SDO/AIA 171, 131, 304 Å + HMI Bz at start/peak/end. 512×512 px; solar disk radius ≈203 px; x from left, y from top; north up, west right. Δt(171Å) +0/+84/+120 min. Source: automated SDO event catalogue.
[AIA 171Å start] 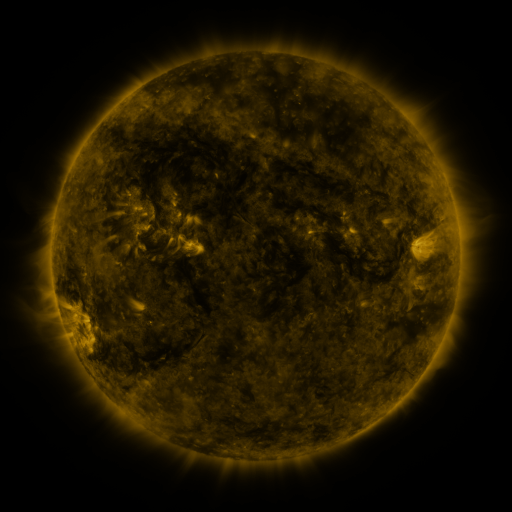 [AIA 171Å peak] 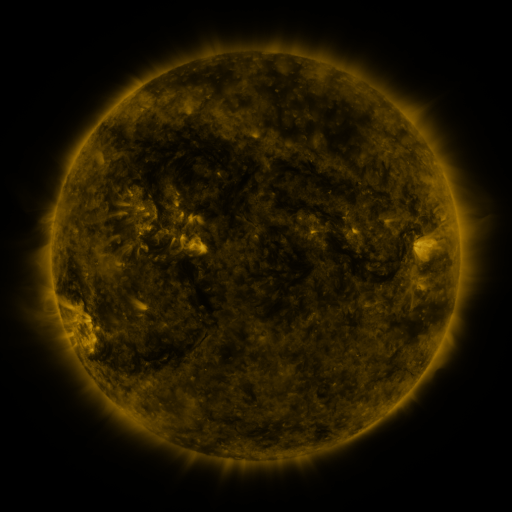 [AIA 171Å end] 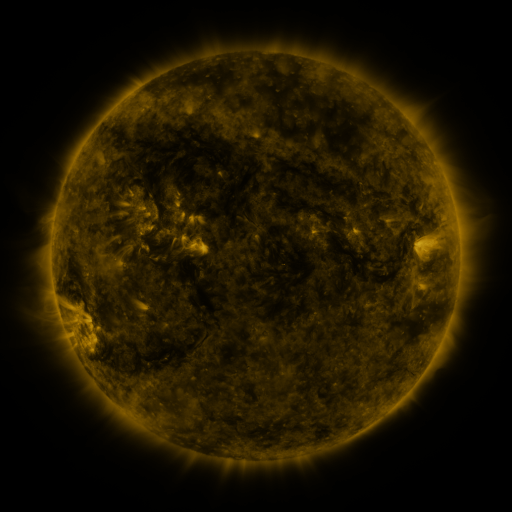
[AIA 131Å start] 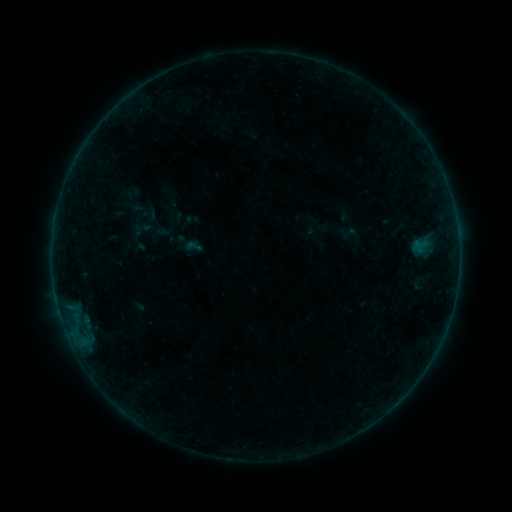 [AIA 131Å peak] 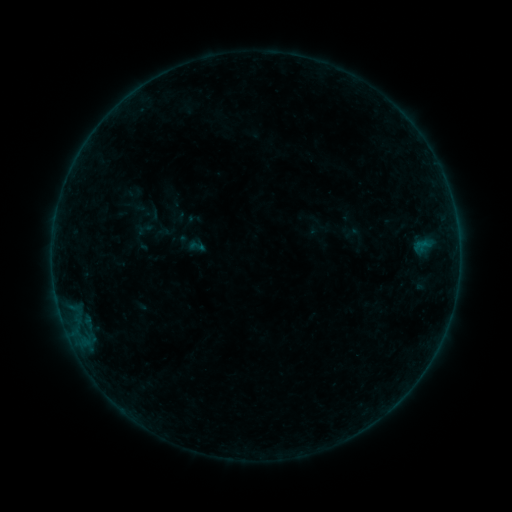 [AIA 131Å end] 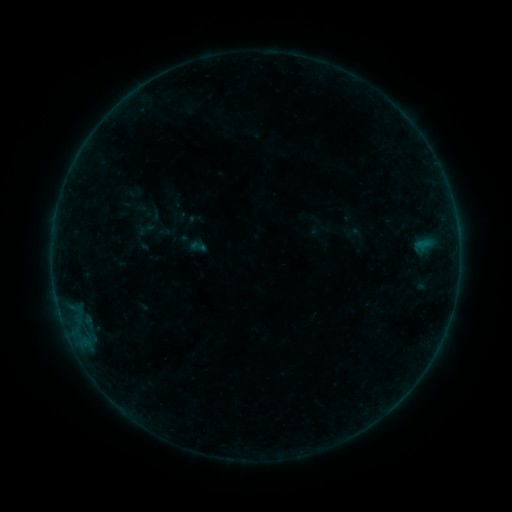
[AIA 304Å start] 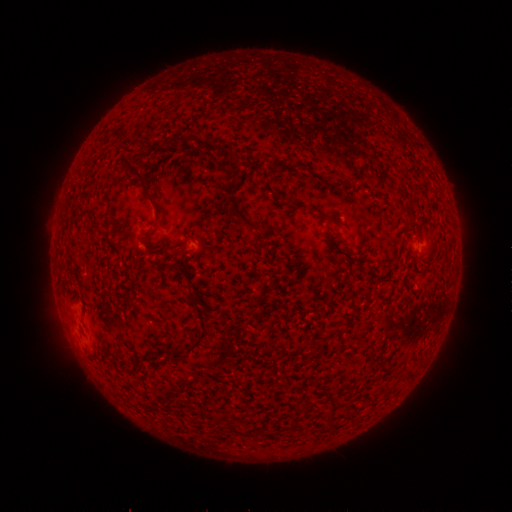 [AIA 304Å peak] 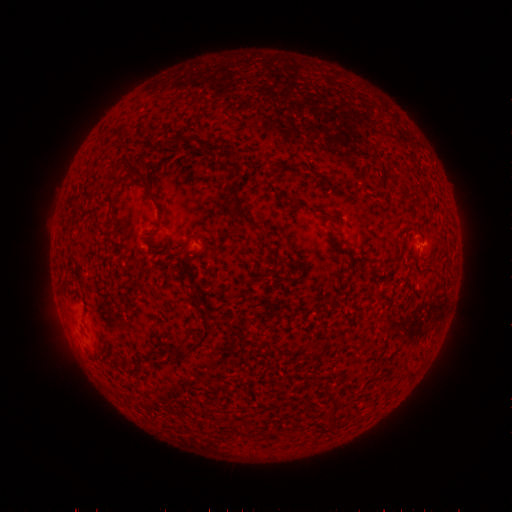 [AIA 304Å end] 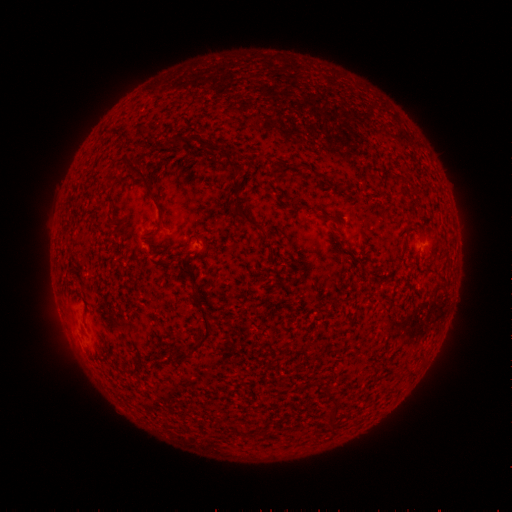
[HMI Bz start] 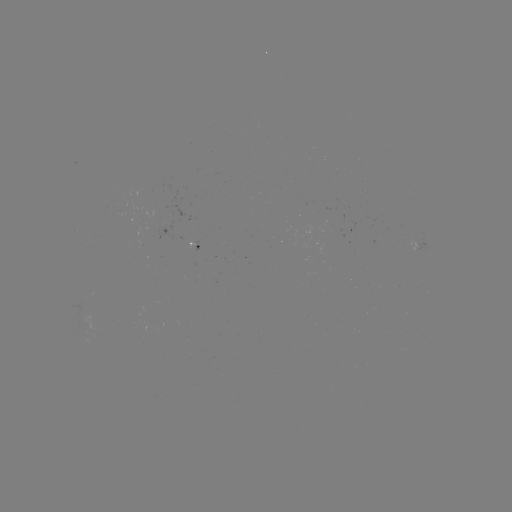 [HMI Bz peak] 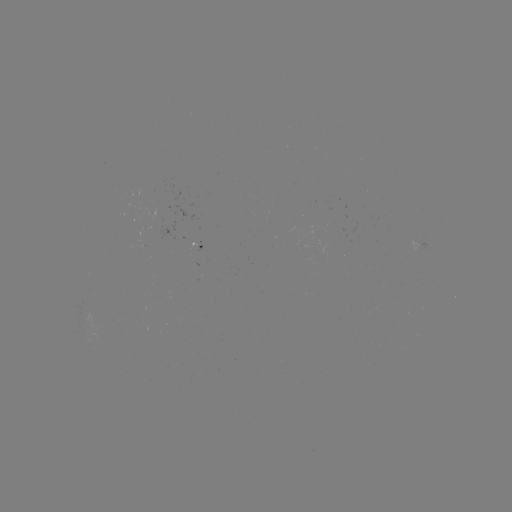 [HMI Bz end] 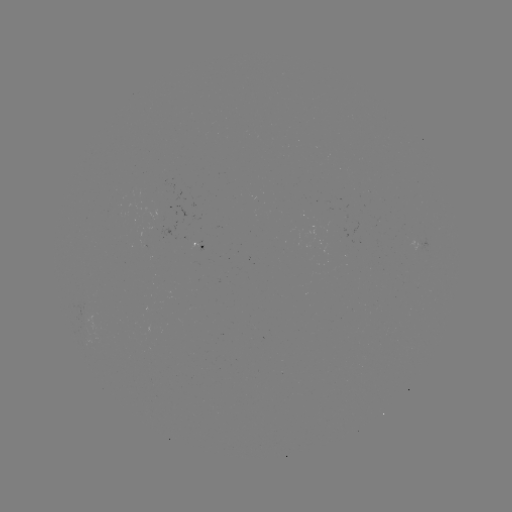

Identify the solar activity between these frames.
emerging-flux region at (419, 245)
